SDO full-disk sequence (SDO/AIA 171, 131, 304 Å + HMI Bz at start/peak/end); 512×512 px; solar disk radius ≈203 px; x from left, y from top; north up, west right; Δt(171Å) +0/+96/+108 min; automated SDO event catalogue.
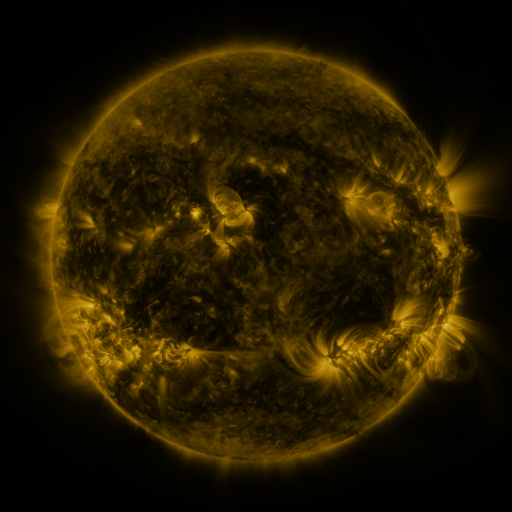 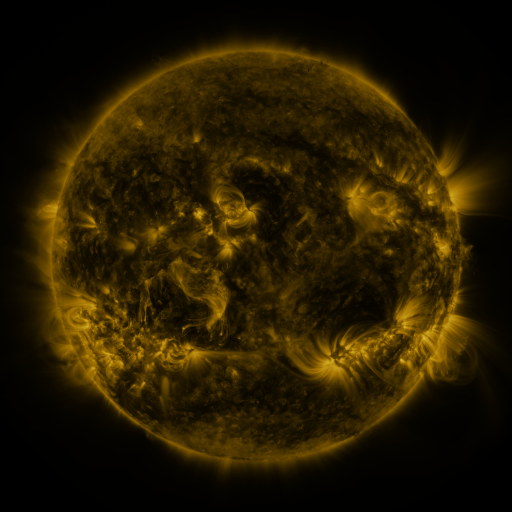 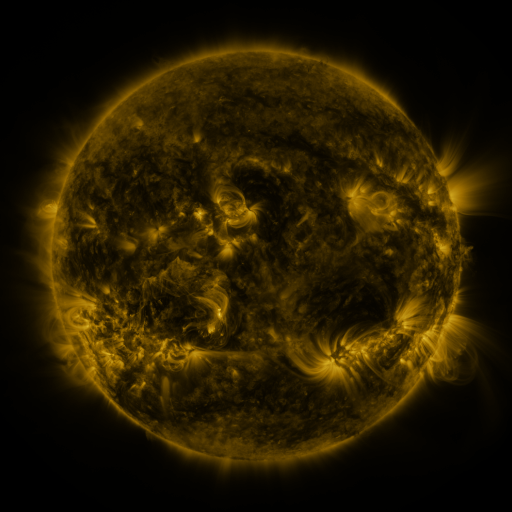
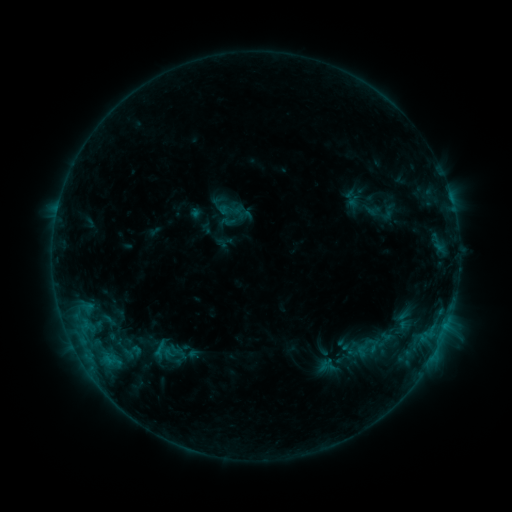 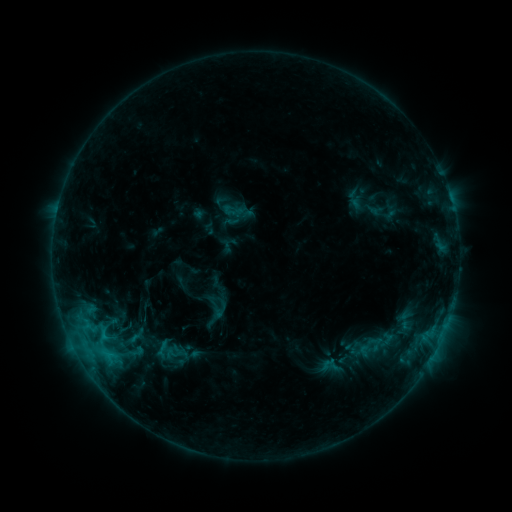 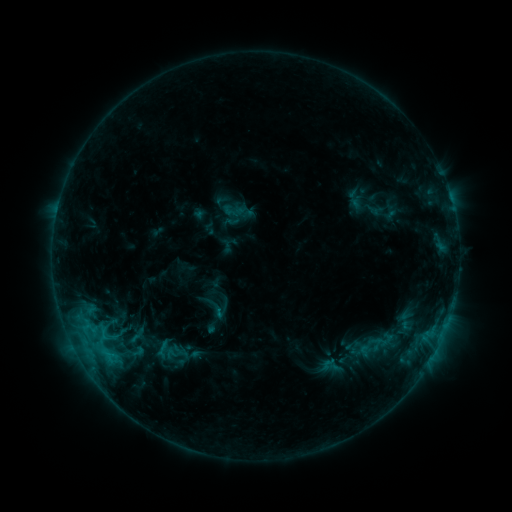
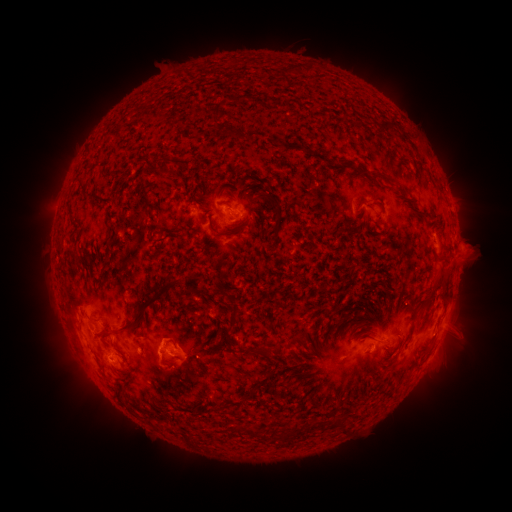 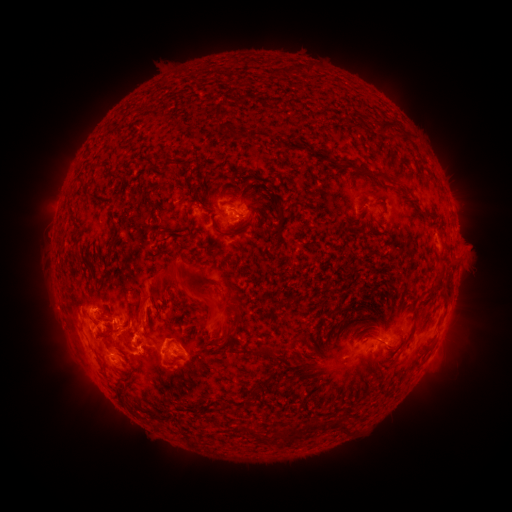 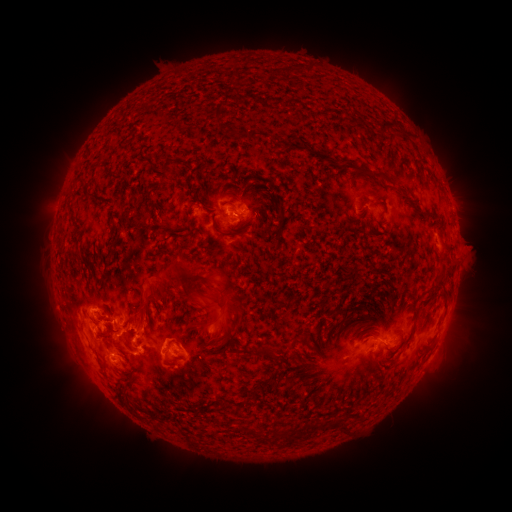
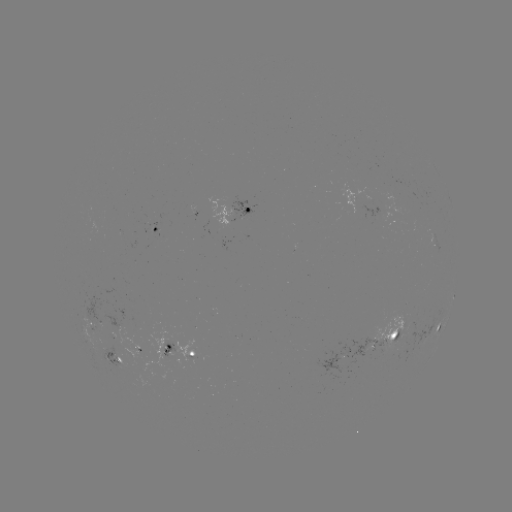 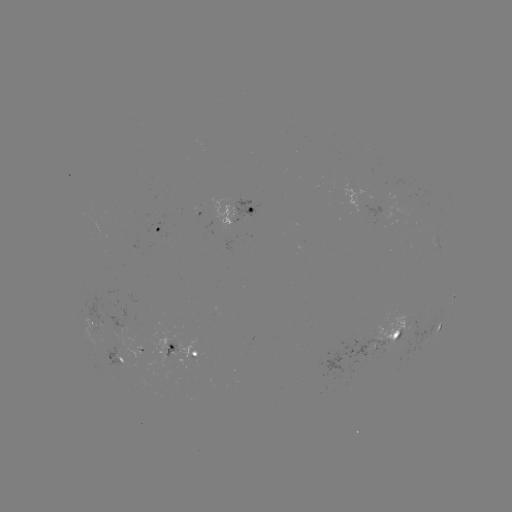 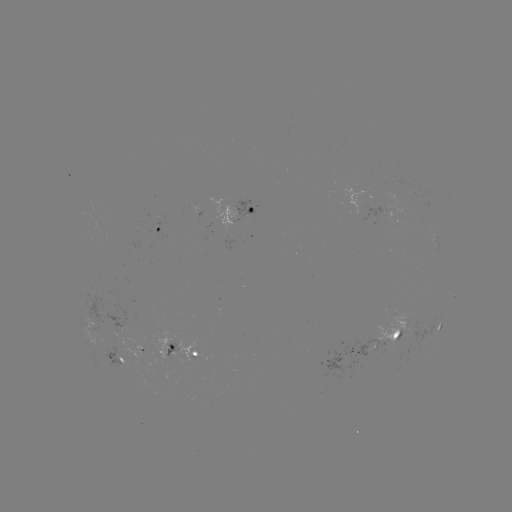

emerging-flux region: <bbox>92, 325, 103, 333</bbox>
